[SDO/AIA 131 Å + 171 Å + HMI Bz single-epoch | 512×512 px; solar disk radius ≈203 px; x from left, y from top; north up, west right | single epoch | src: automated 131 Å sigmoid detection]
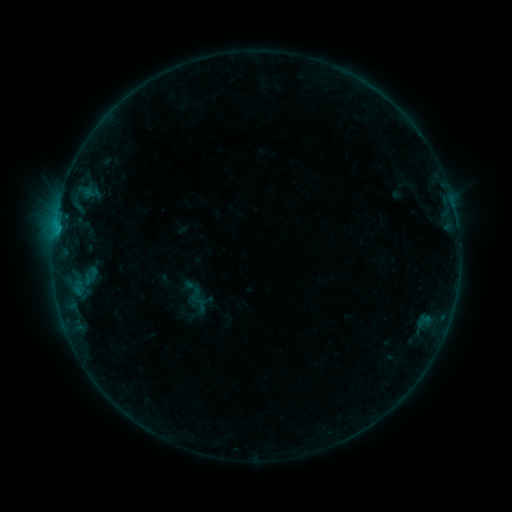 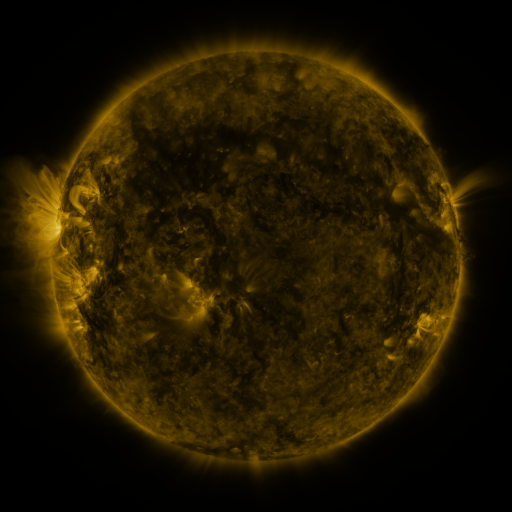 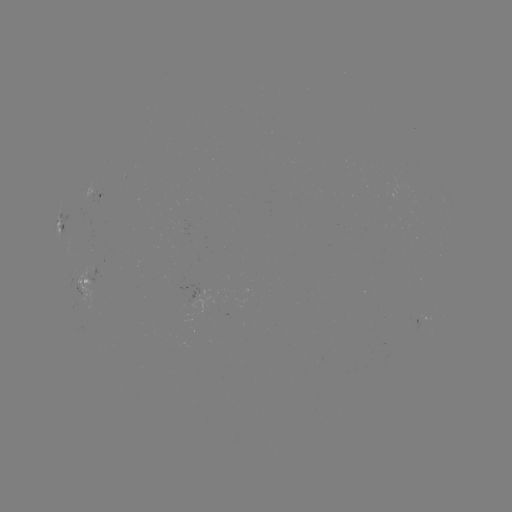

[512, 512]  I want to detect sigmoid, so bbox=[191, 297, 209, 314].